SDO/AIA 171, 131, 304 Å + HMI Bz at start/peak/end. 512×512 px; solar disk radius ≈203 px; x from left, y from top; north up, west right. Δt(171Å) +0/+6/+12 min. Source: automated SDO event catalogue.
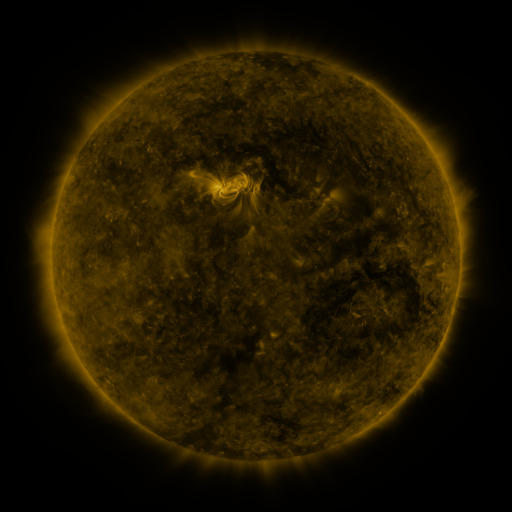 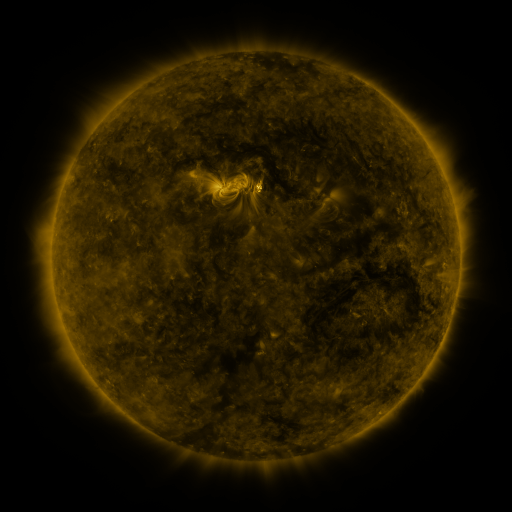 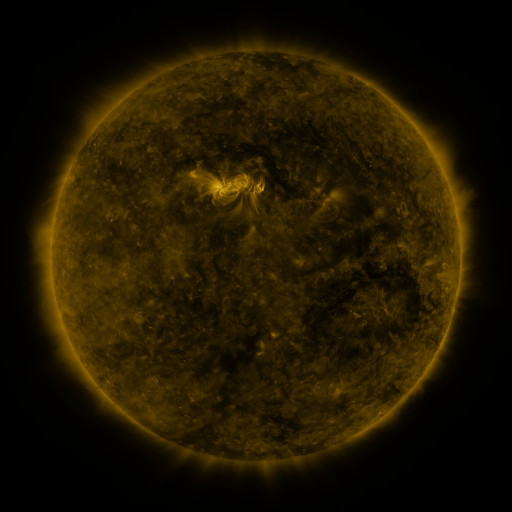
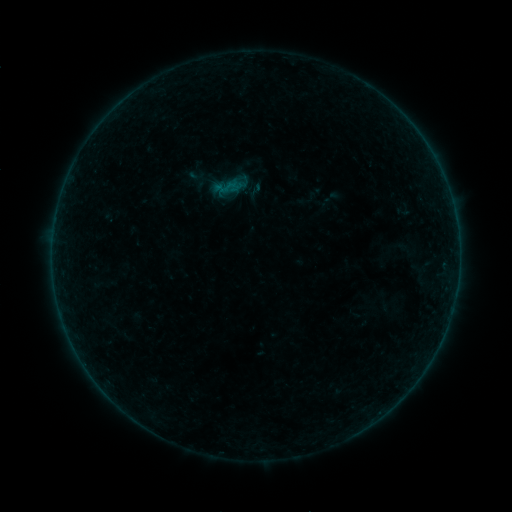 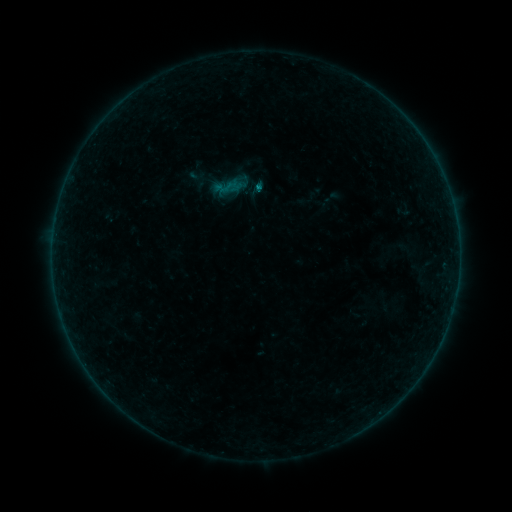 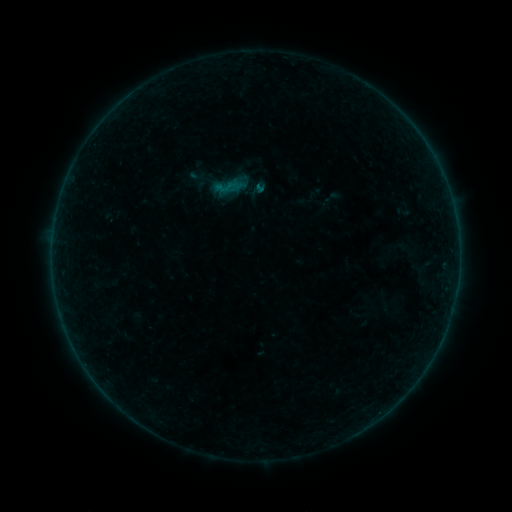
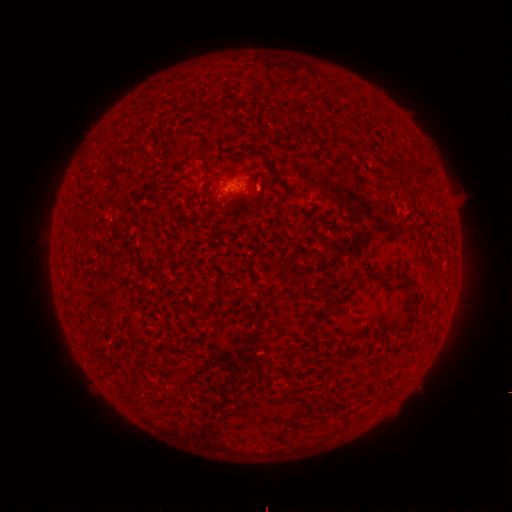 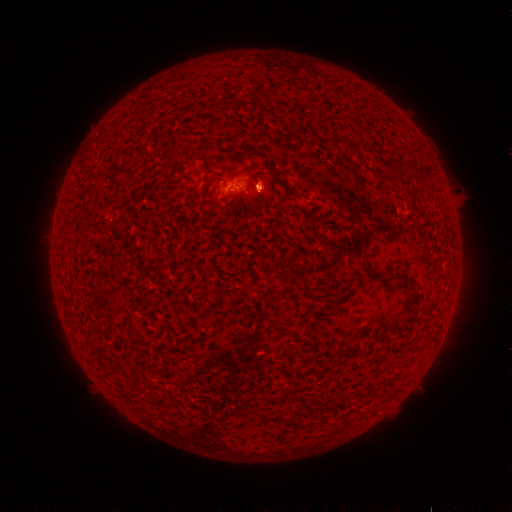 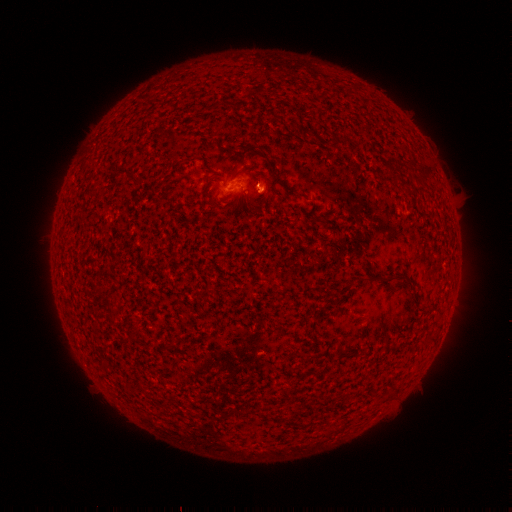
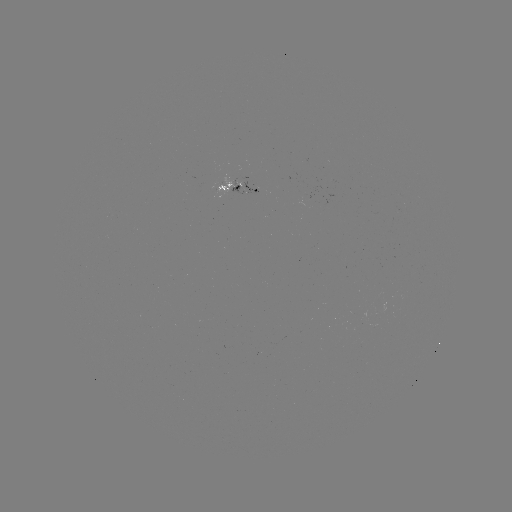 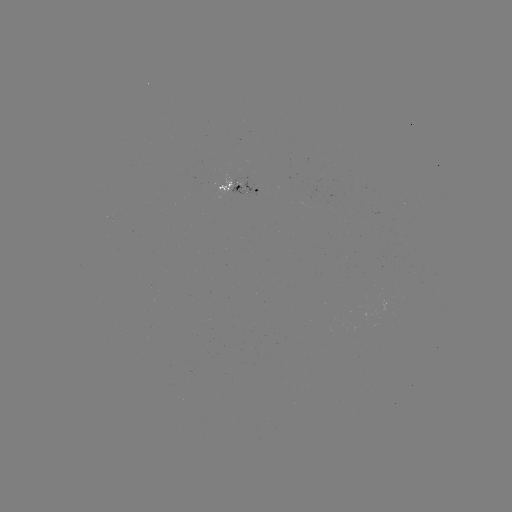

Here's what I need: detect B1.0 flare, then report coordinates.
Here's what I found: B1.0 flare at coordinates [256, 189].